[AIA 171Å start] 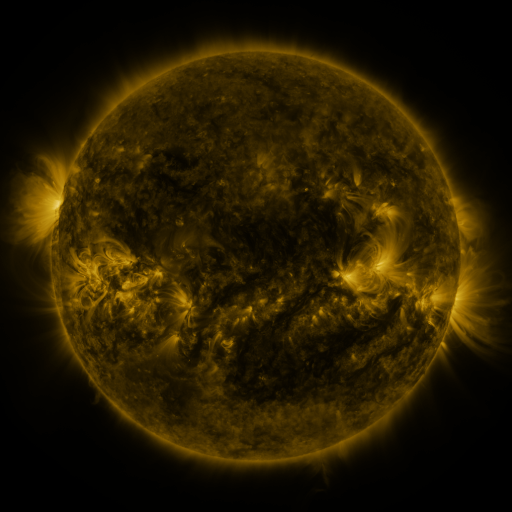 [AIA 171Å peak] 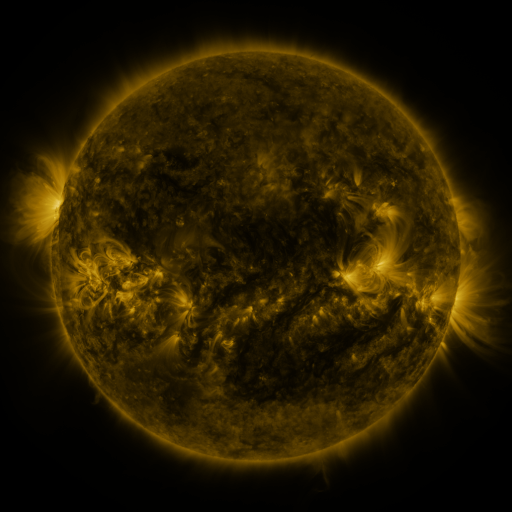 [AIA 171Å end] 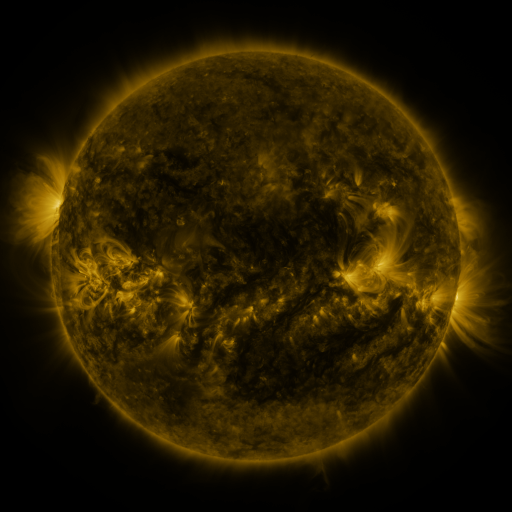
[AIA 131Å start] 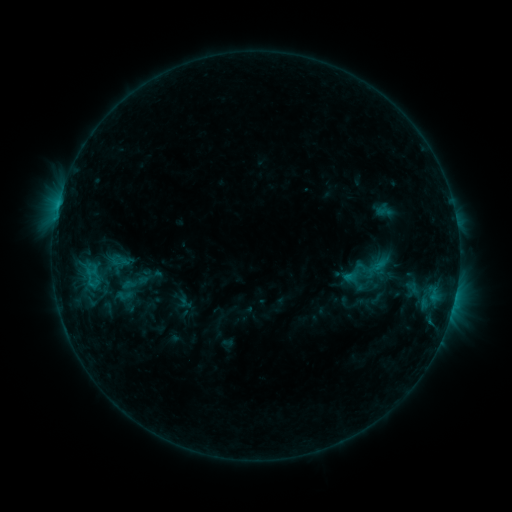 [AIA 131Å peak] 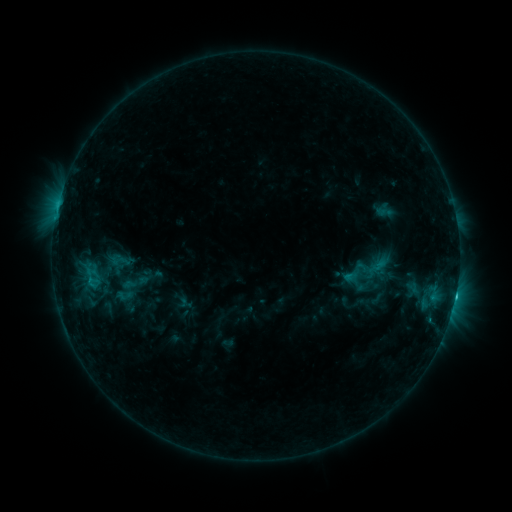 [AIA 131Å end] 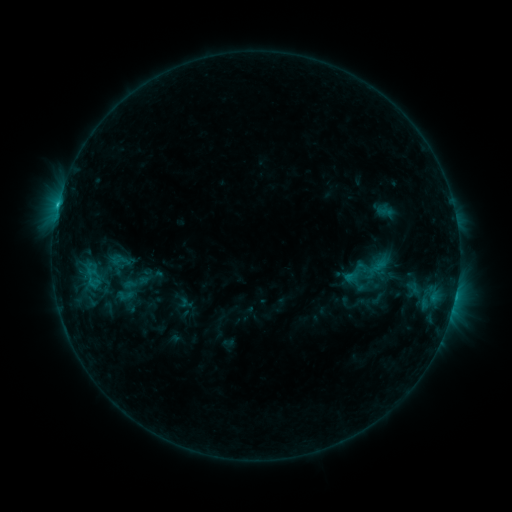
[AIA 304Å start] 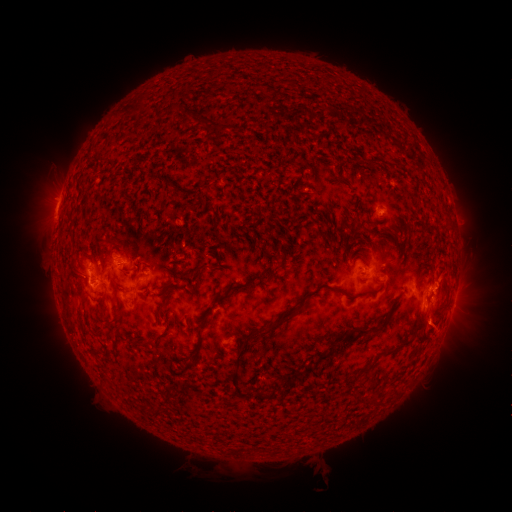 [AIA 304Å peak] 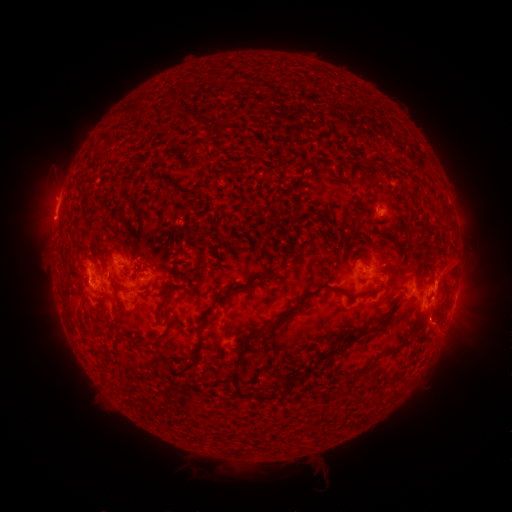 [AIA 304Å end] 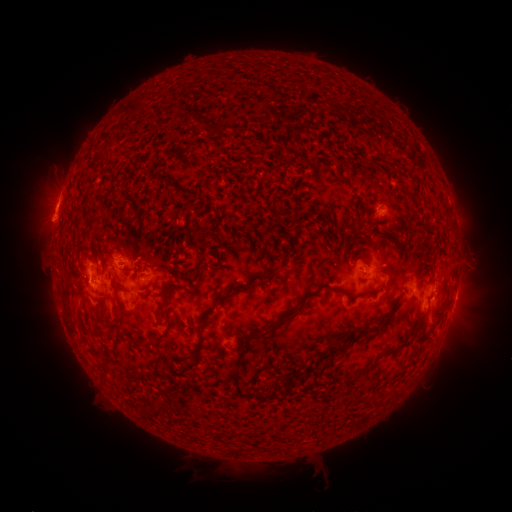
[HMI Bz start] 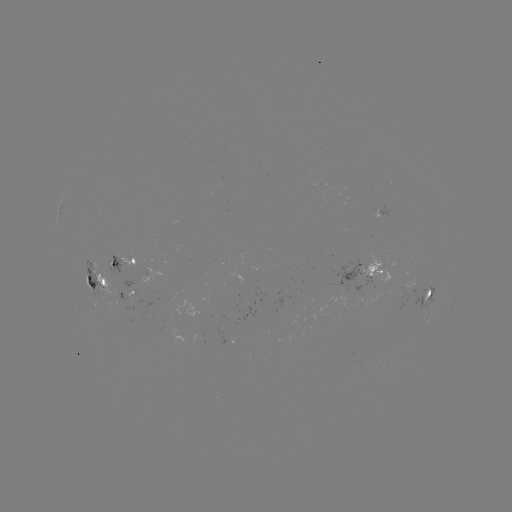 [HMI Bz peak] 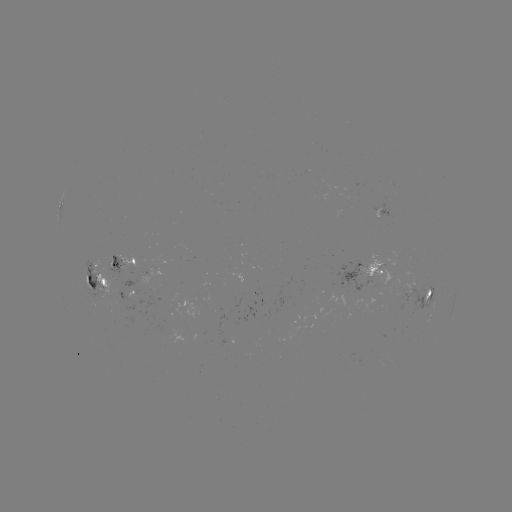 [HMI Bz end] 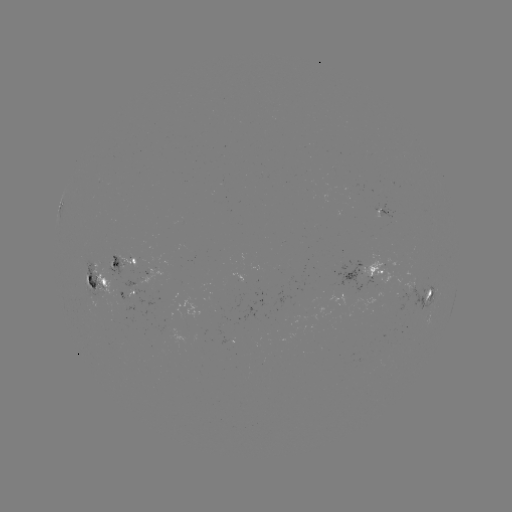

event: eruption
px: (466, 268)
